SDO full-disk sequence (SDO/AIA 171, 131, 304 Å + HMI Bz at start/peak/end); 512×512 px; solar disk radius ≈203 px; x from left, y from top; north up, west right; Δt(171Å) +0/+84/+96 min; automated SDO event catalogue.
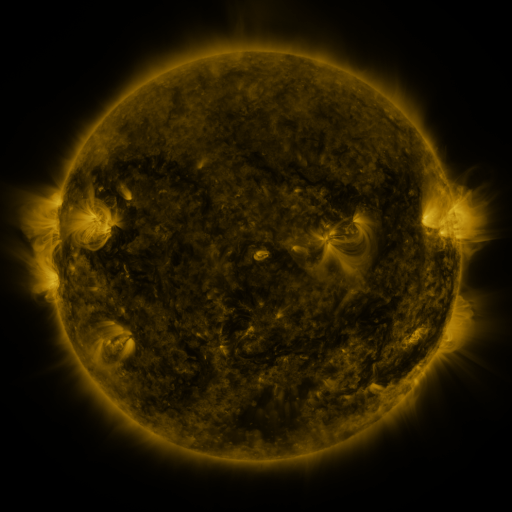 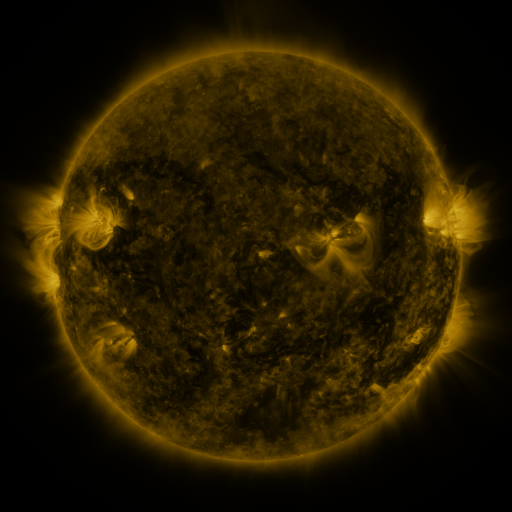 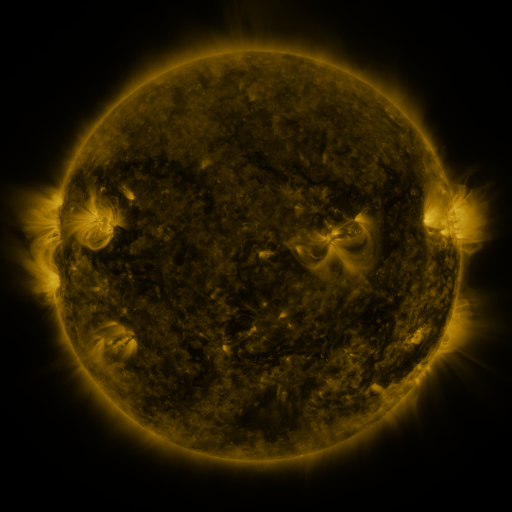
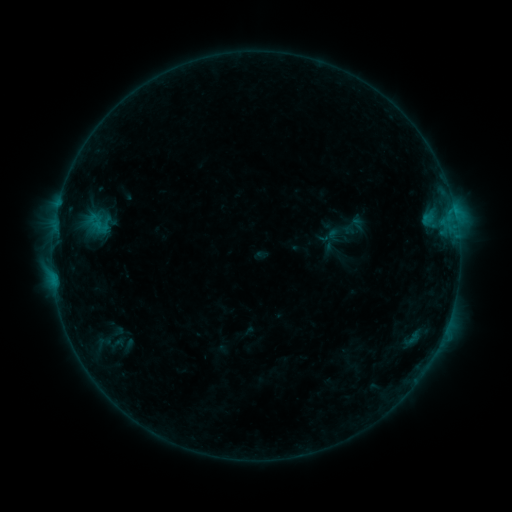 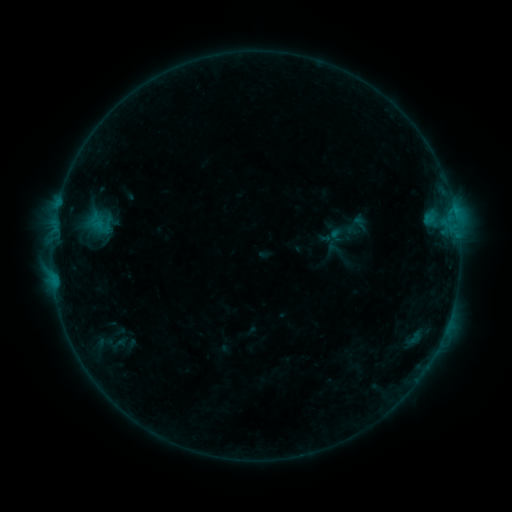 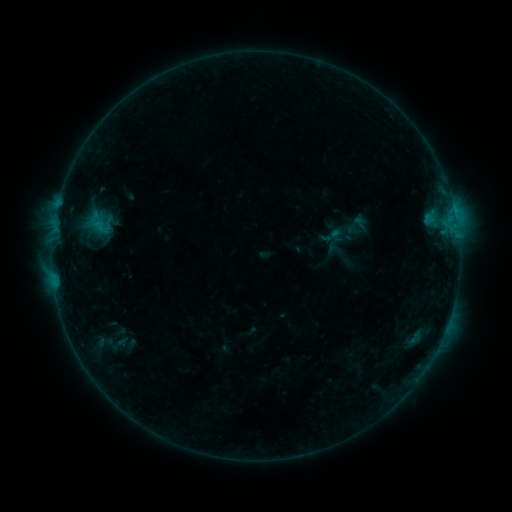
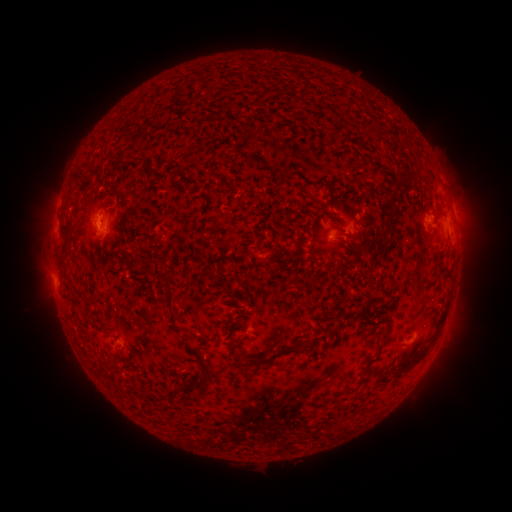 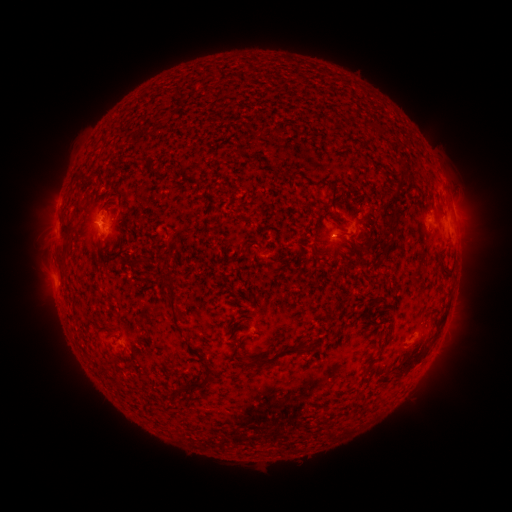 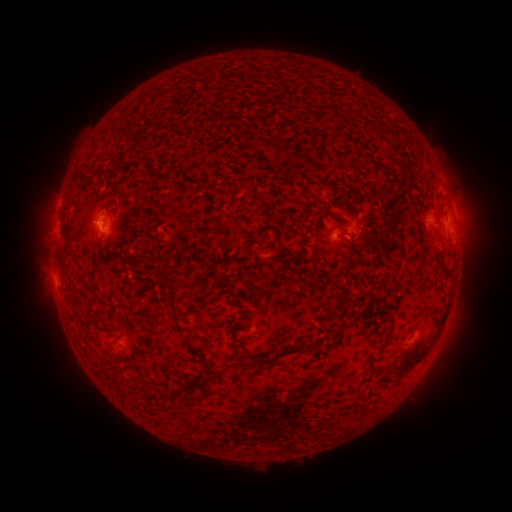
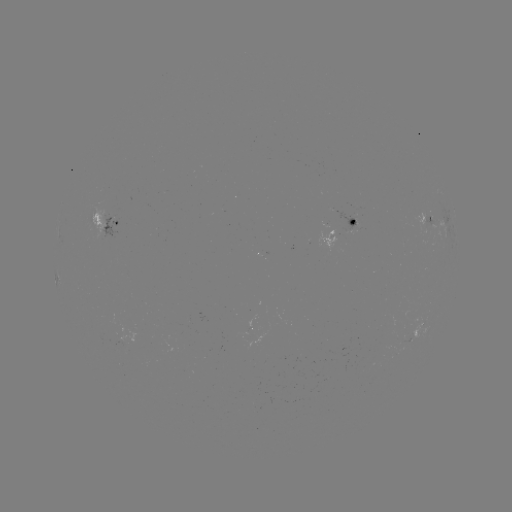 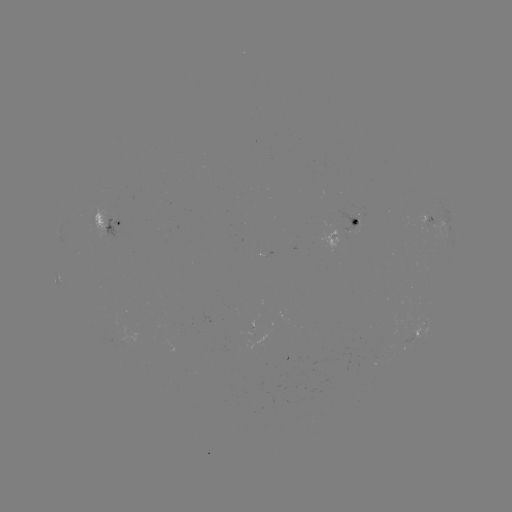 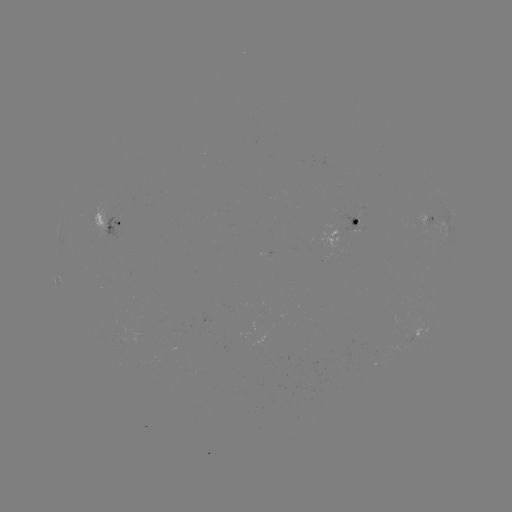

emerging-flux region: (335, 210, 360, 231)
